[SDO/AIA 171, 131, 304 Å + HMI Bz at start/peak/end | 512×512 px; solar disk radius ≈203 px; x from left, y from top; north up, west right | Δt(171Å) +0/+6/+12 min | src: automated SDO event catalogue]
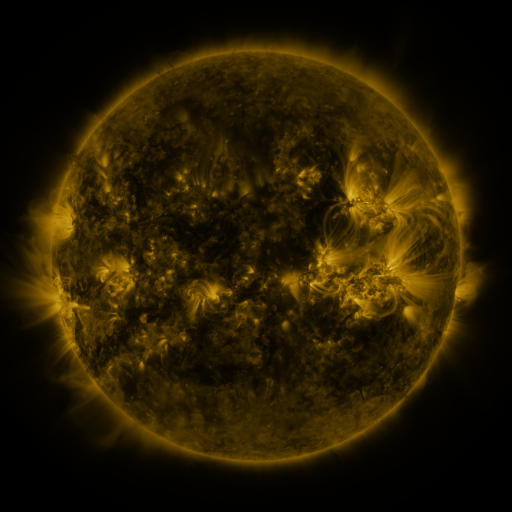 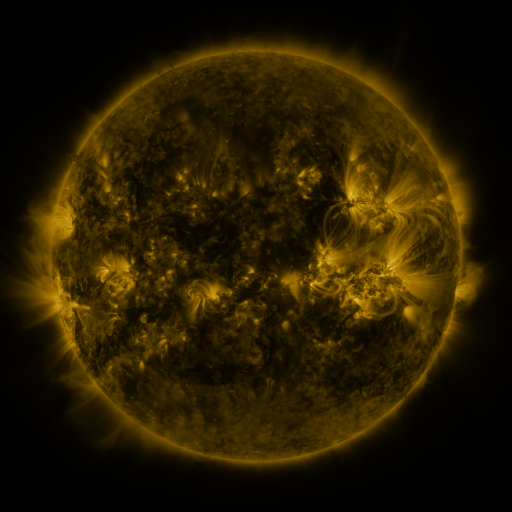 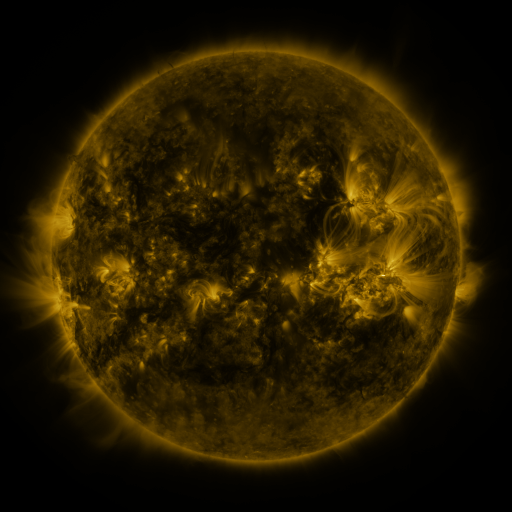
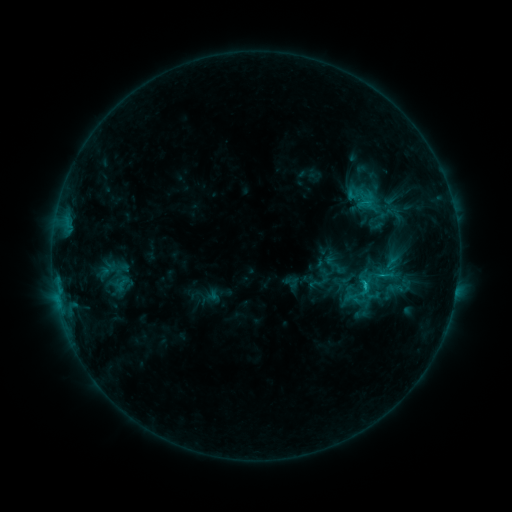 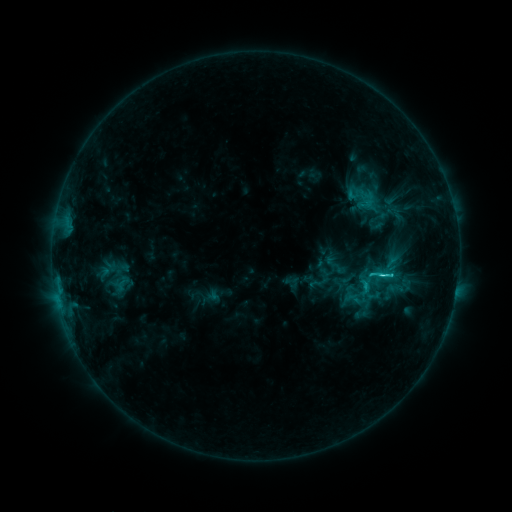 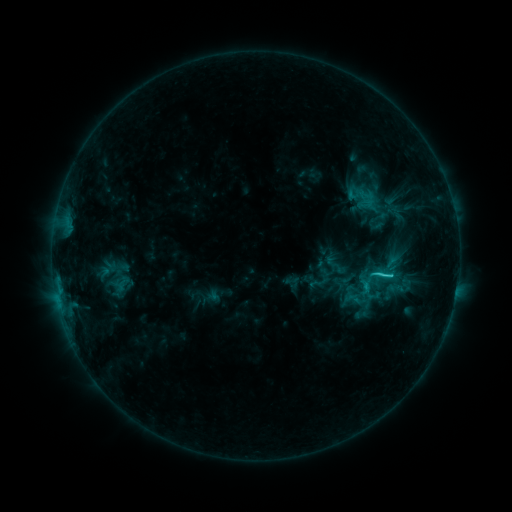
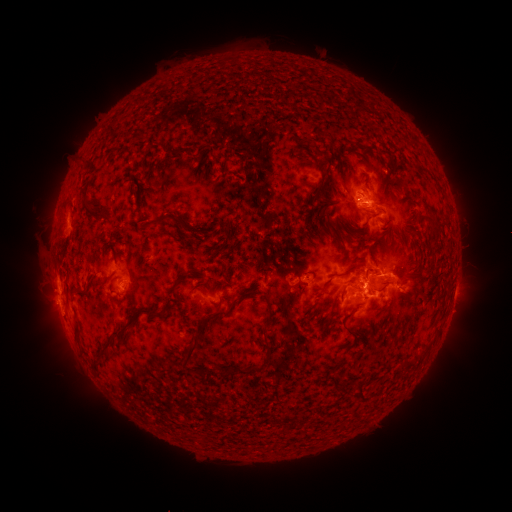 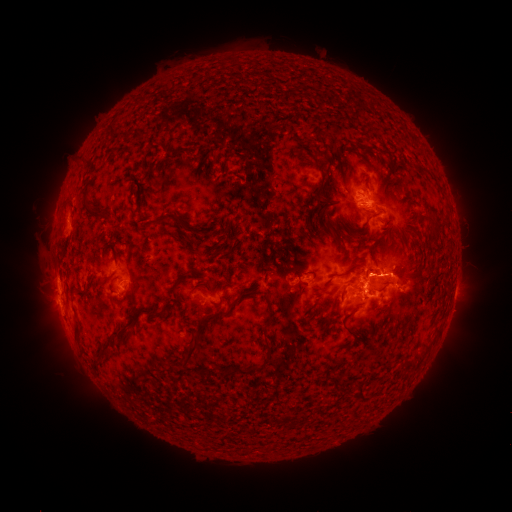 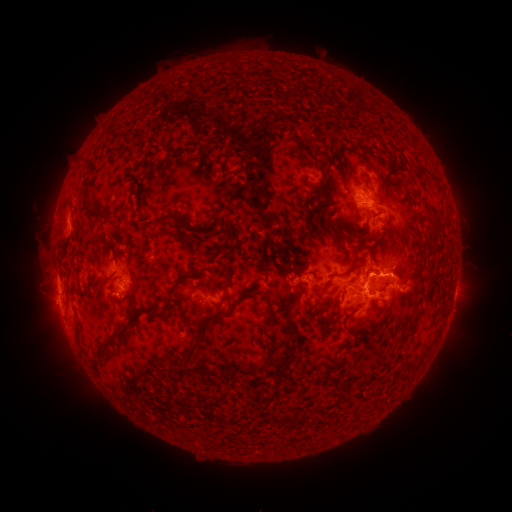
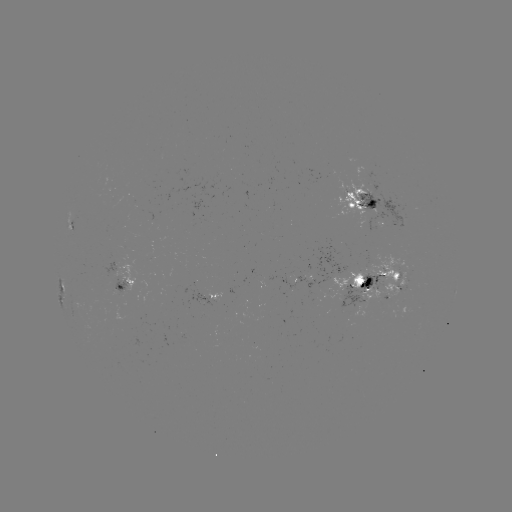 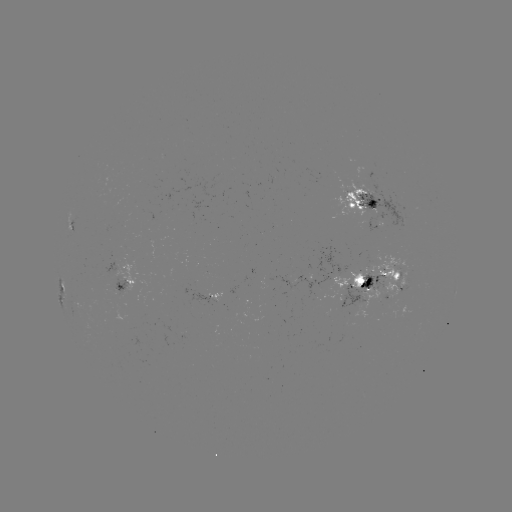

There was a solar flare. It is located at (379, 273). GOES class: C3.2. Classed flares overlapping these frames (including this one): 1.